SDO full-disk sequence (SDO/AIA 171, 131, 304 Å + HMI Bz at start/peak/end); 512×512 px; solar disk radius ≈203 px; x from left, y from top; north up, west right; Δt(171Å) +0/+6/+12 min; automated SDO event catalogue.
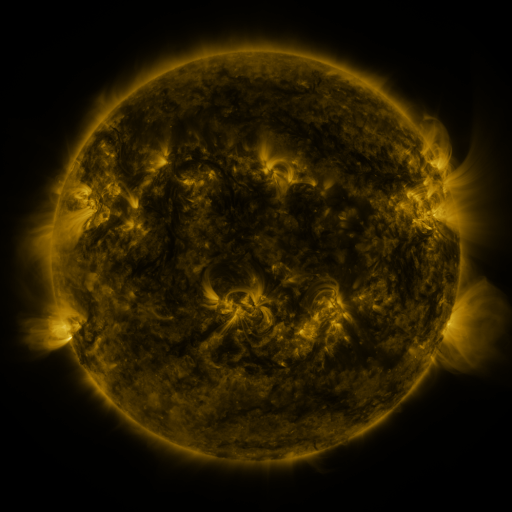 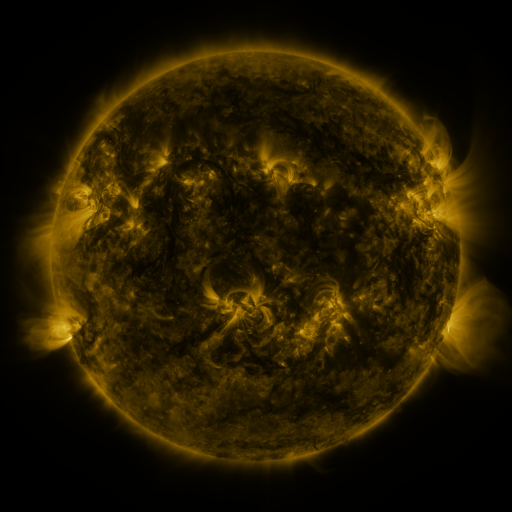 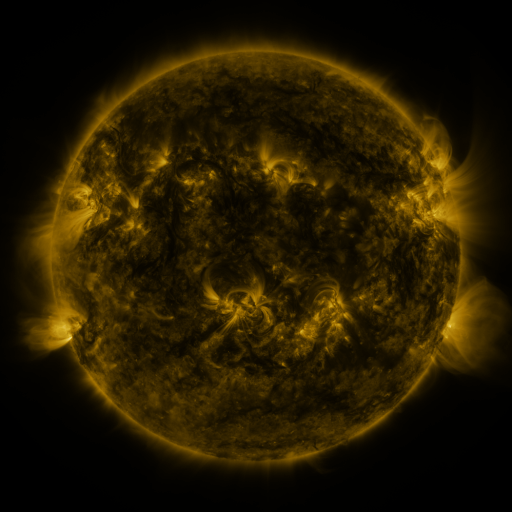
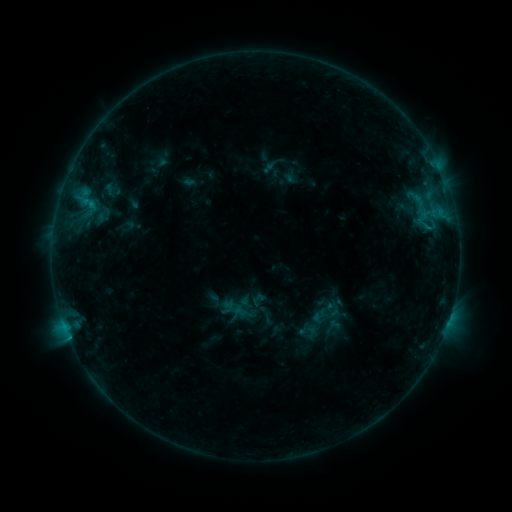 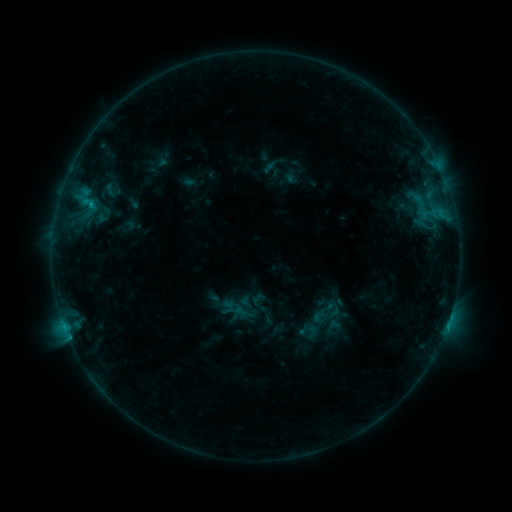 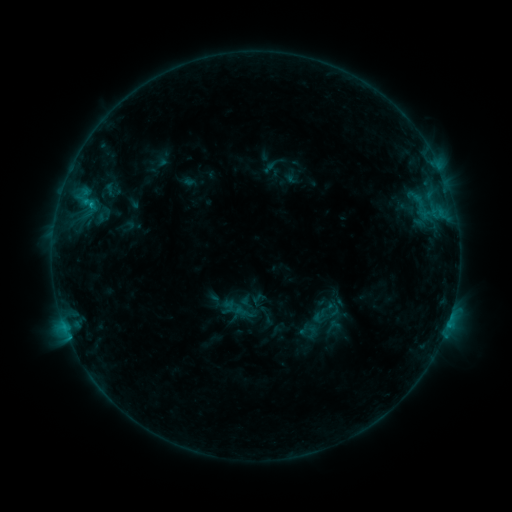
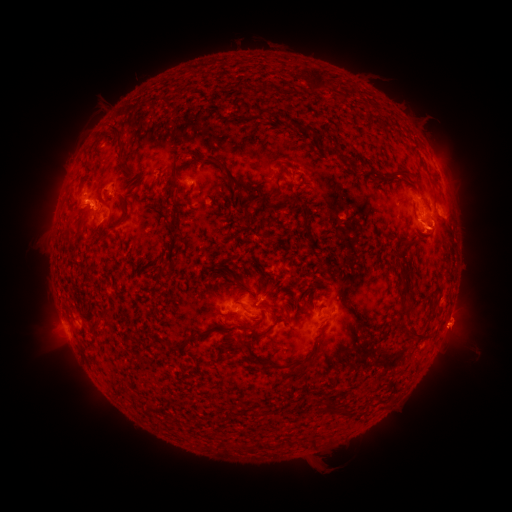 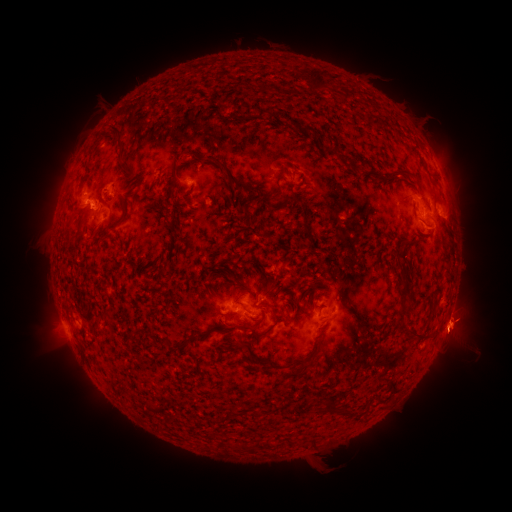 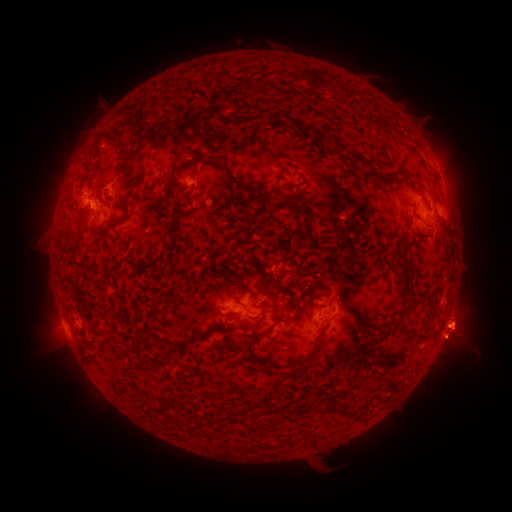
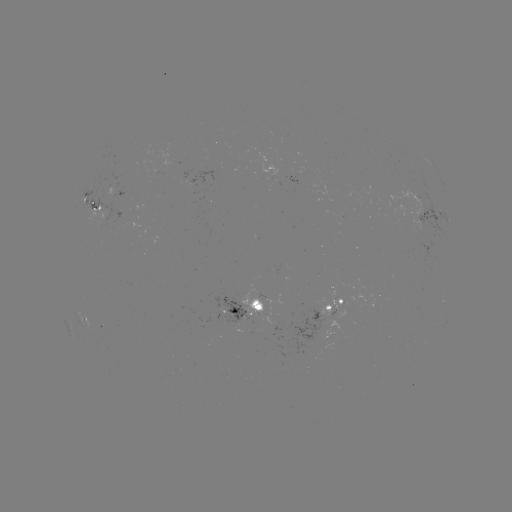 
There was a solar flare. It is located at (90, 206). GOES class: B9.3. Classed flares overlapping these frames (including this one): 1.